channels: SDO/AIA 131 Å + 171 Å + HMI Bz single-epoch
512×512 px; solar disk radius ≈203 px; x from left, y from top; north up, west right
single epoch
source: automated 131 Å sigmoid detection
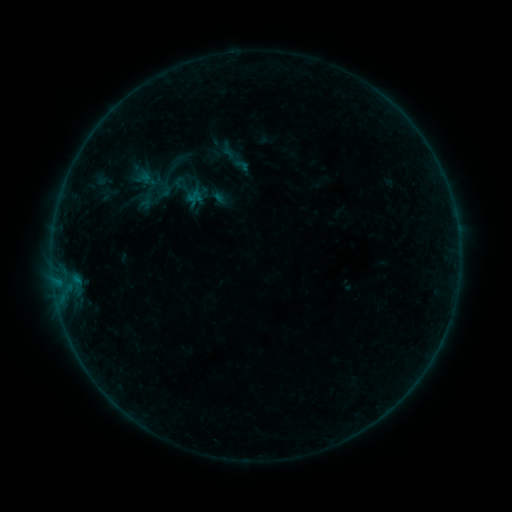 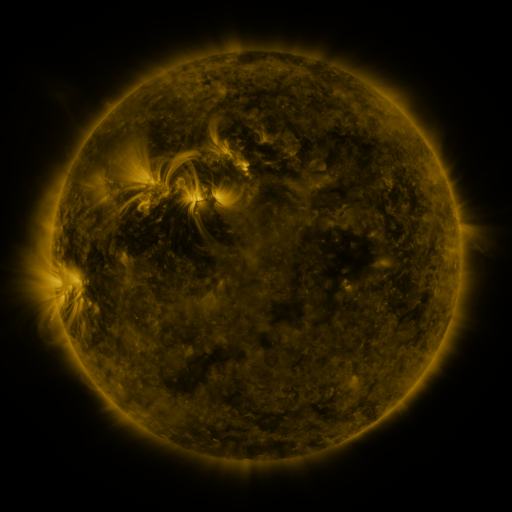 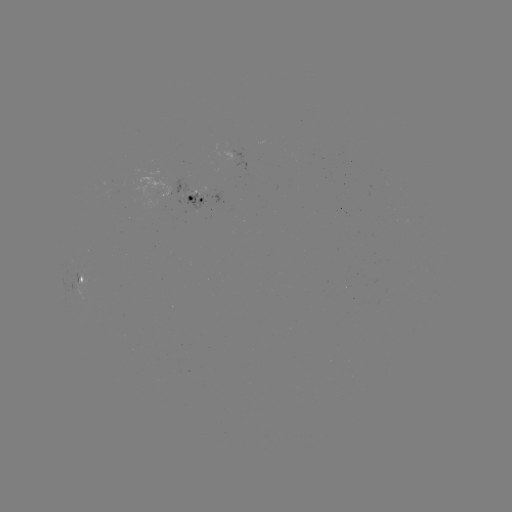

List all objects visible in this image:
sigmoid: (149, 179)
